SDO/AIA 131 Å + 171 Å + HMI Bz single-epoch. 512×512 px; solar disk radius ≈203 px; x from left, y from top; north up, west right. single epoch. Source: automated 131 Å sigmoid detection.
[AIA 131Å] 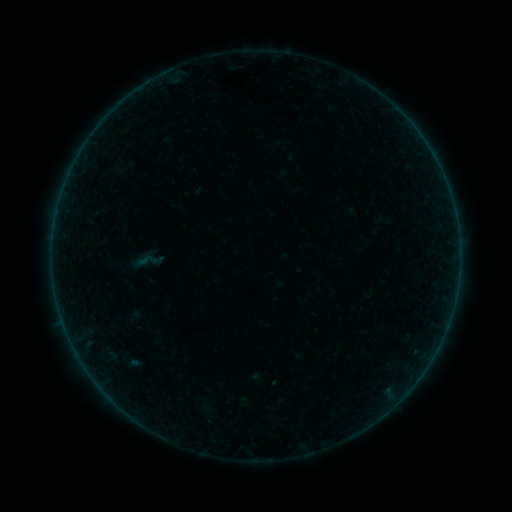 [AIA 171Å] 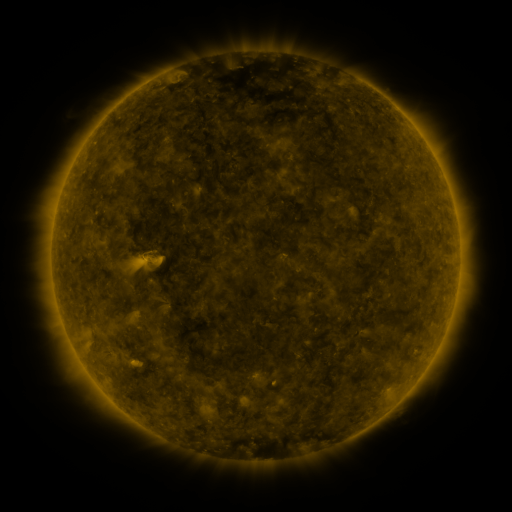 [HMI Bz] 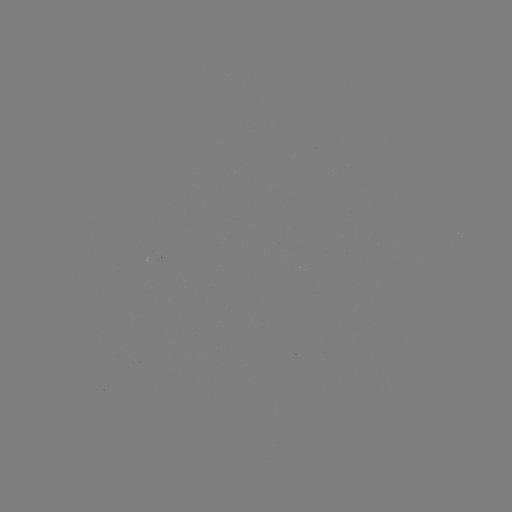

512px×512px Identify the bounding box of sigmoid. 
[130, 242, 164, 280].